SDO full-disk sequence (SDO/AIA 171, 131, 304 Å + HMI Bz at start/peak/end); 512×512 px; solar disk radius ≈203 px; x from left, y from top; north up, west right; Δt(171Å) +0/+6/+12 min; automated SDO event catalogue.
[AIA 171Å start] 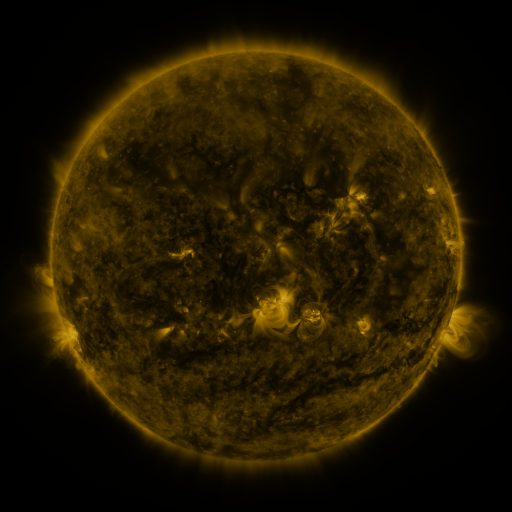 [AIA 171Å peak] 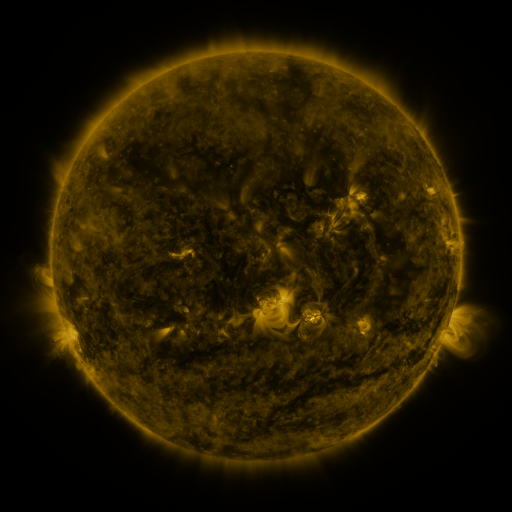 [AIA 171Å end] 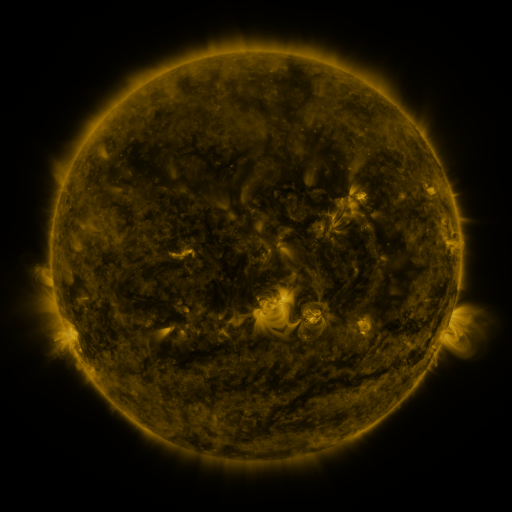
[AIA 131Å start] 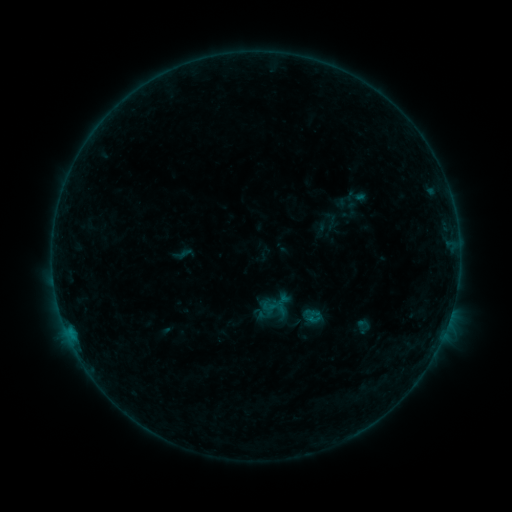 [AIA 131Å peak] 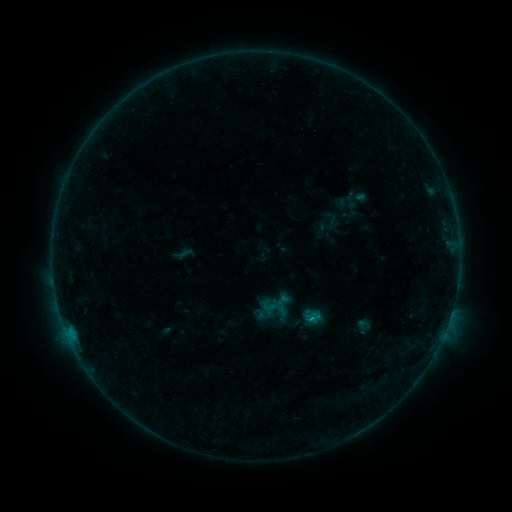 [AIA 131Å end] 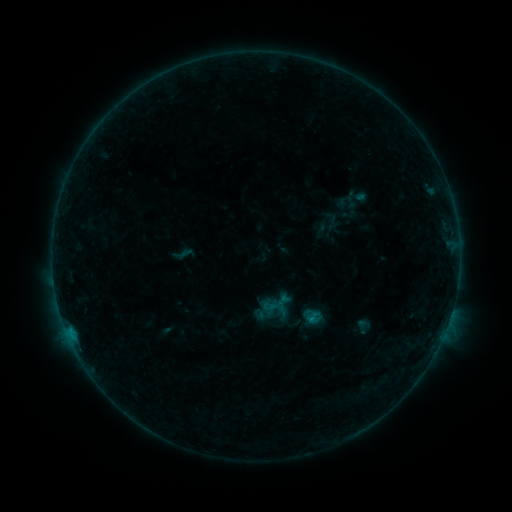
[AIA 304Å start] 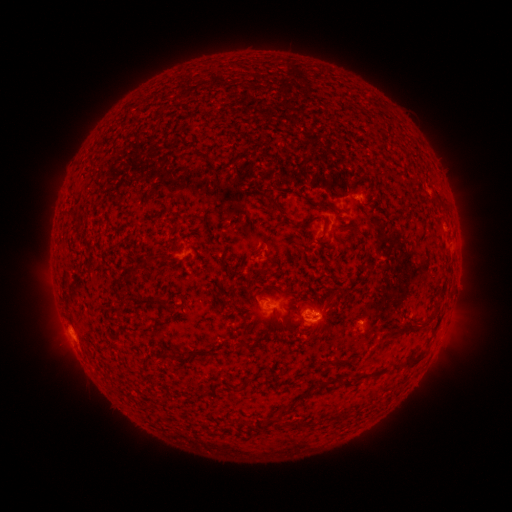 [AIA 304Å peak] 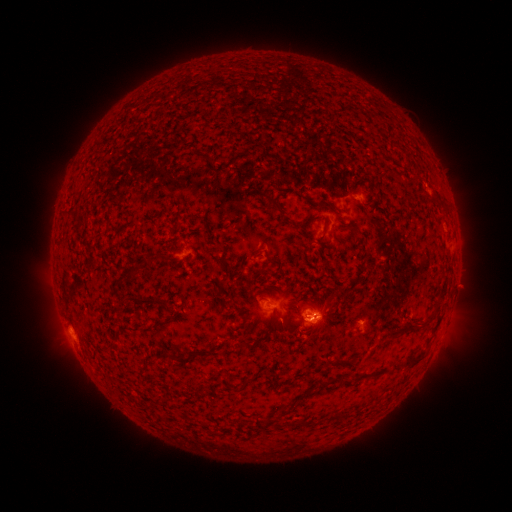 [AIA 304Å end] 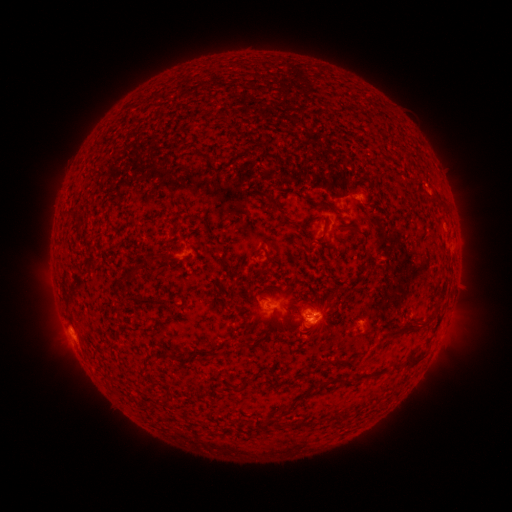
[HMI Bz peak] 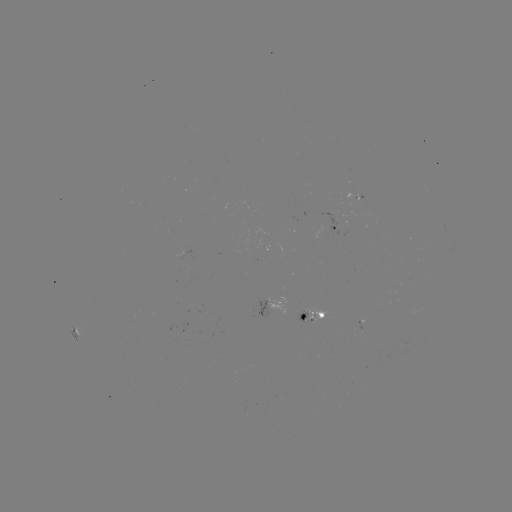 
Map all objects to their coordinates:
B4.3 flare: (314, 315)
